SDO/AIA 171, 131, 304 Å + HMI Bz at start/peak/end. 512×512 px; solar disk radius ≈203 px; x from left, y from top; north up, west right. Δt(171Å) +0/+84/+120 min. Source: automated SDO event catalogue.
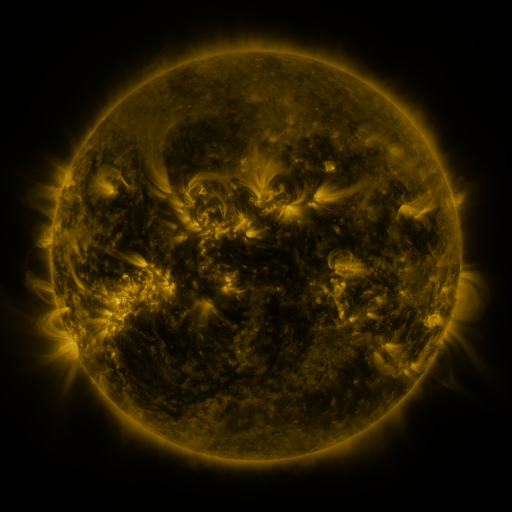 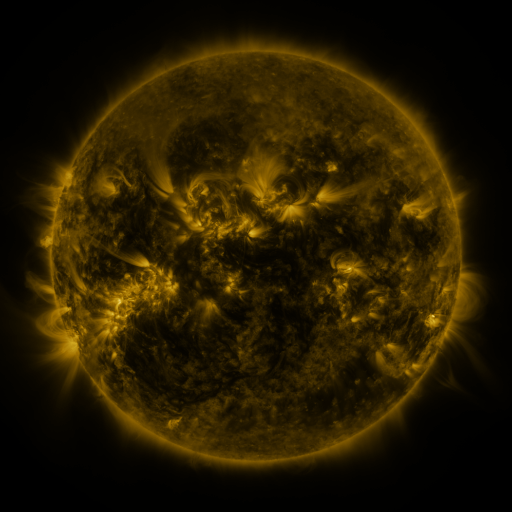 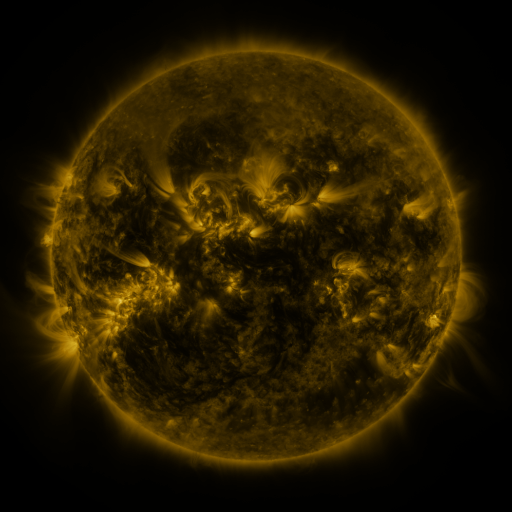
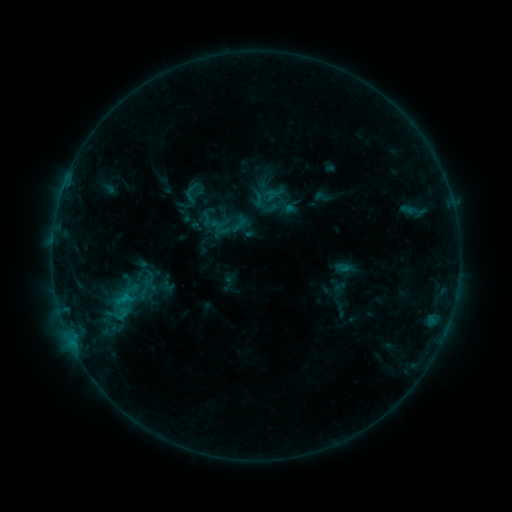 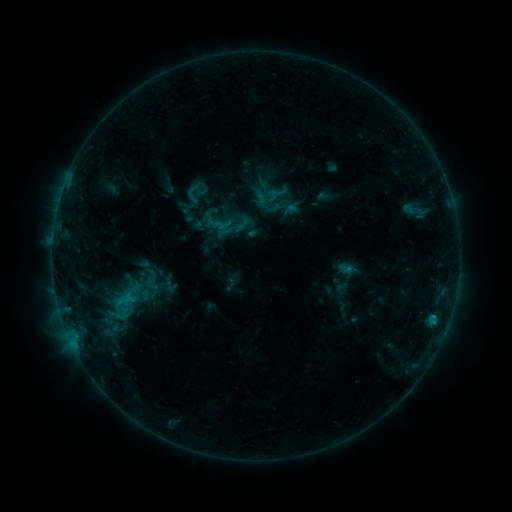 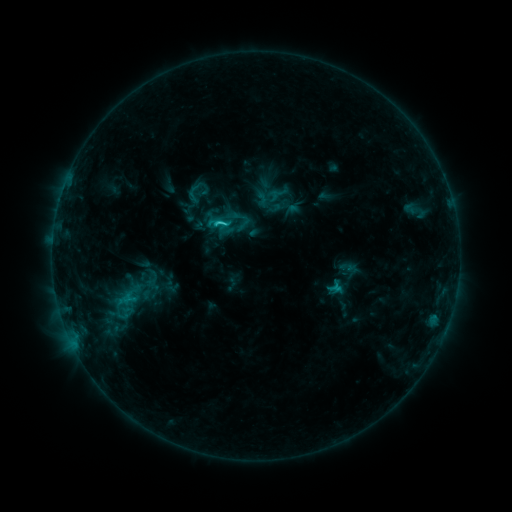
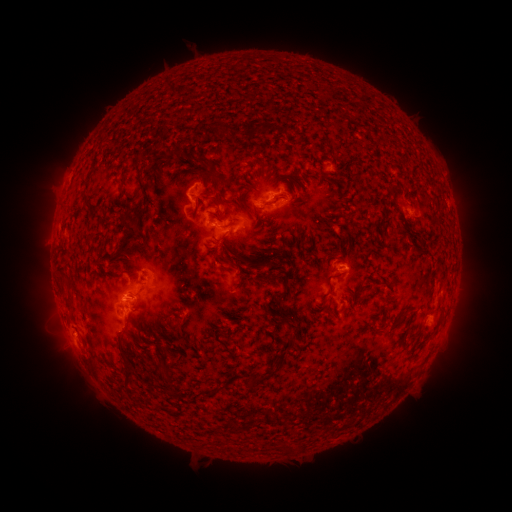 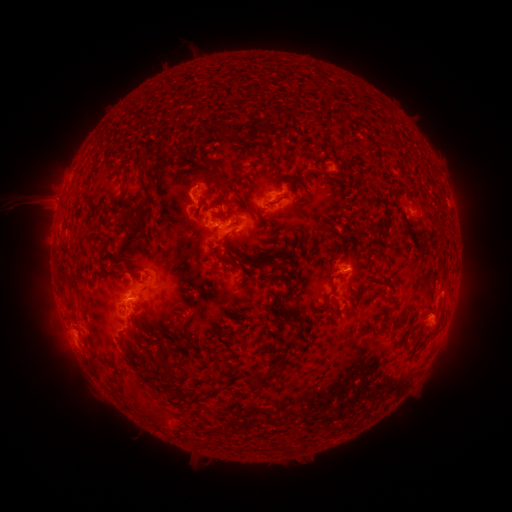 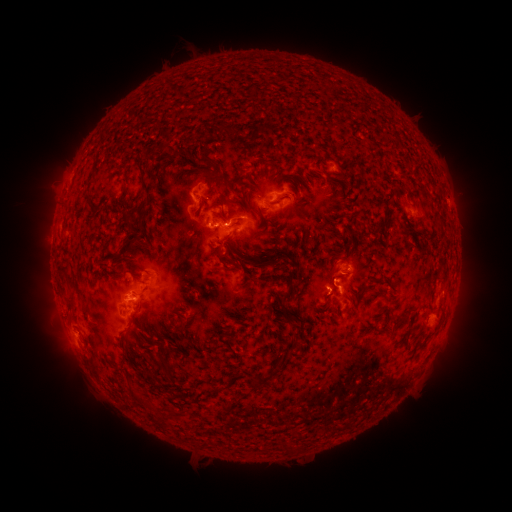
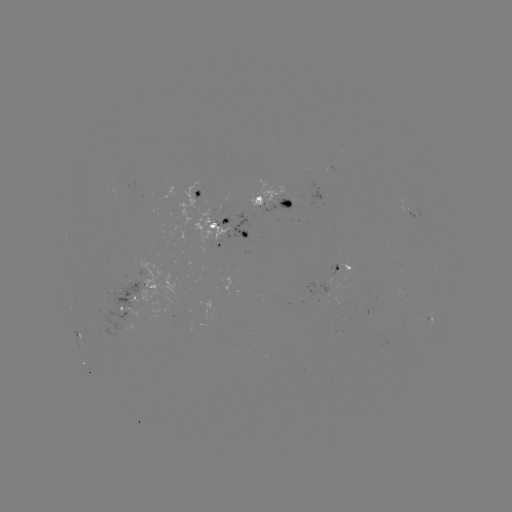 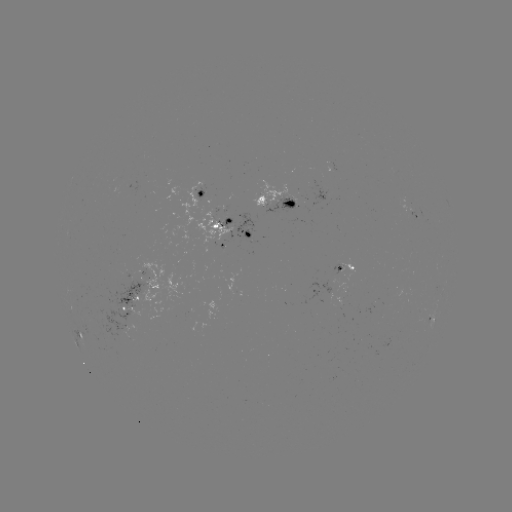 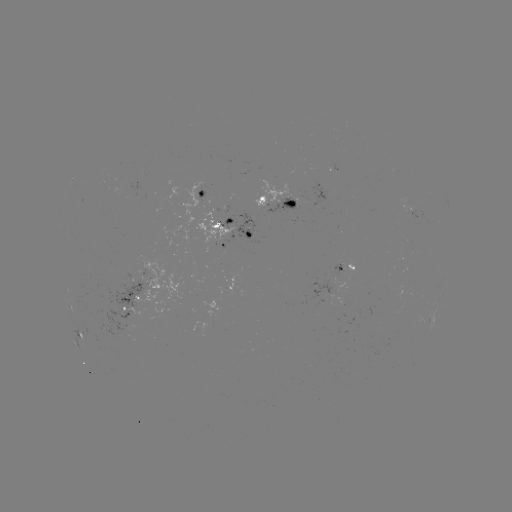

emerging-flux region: [83, 282, 152, 337]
